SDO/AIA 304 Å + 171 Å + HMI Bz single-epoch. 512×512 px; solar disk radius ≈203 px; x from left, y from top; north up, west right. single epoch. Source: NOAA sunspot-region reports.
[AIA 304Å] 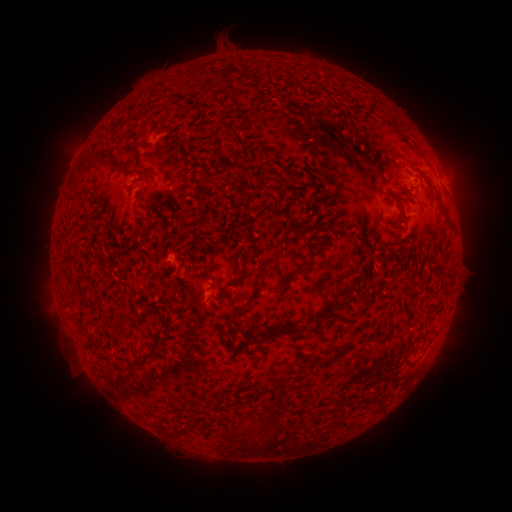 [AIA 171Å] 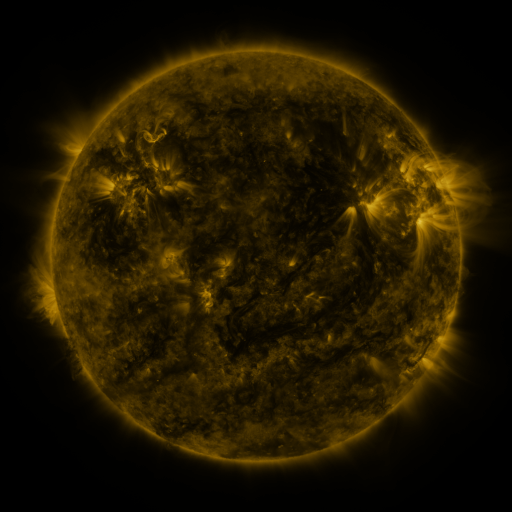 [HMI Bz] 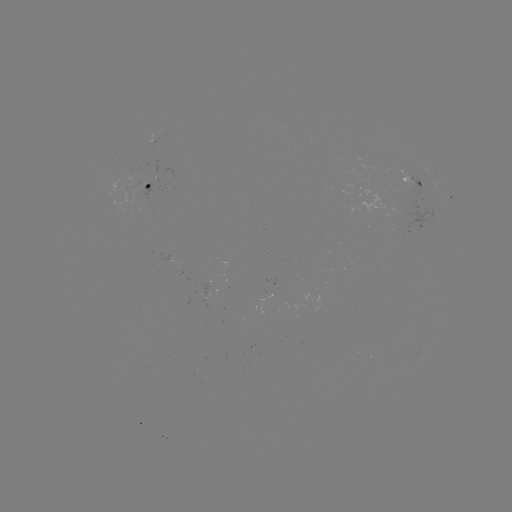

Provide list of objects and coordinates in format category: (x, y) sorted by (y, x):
spotted active region: (415, 183)
spotted active region: (154, 186)
